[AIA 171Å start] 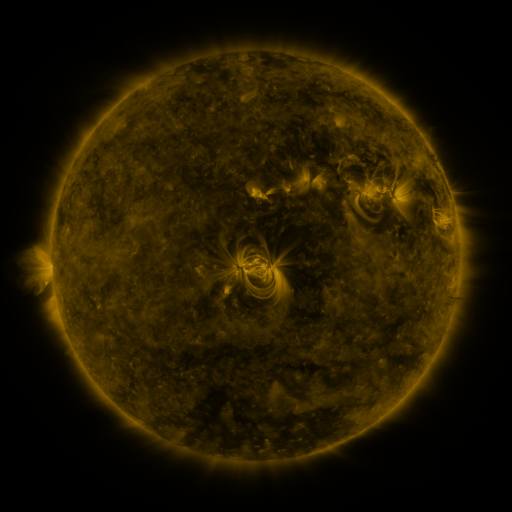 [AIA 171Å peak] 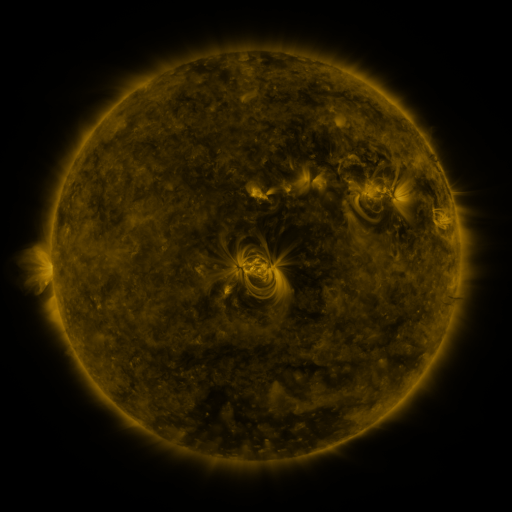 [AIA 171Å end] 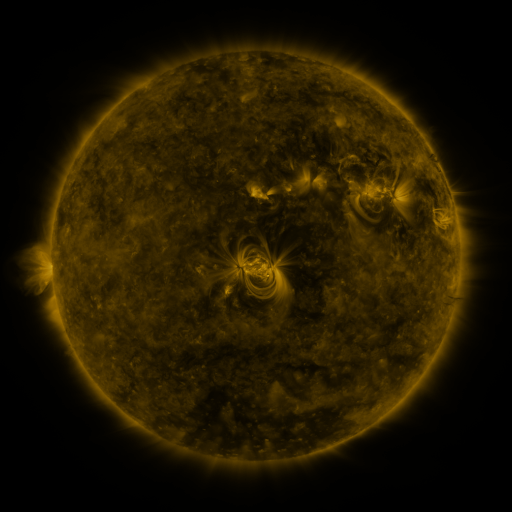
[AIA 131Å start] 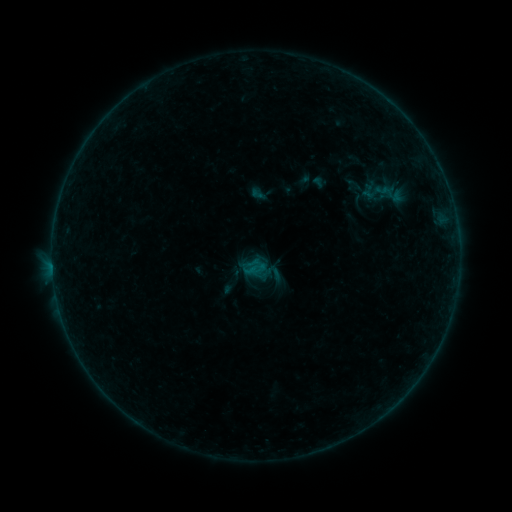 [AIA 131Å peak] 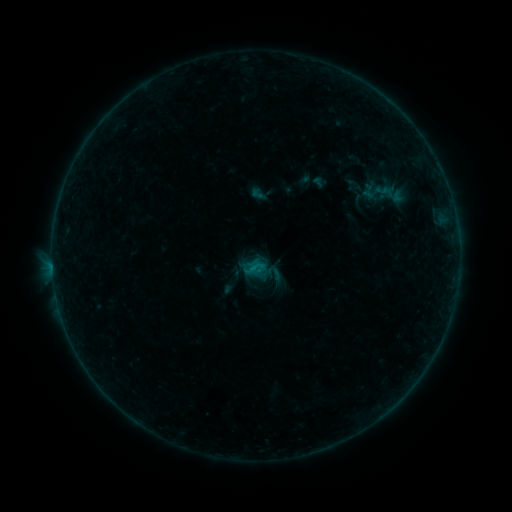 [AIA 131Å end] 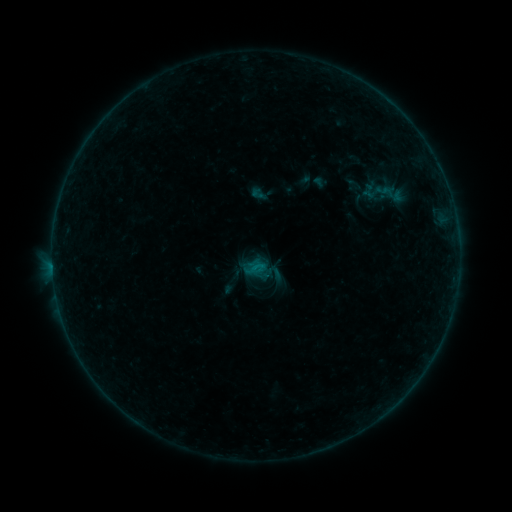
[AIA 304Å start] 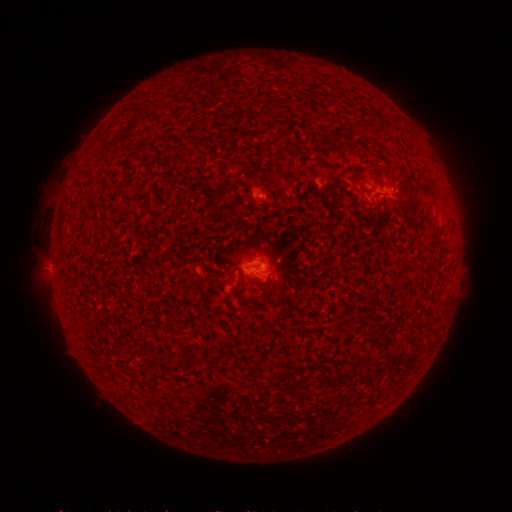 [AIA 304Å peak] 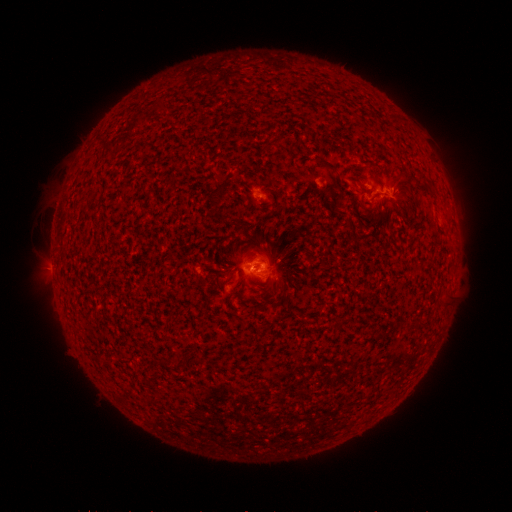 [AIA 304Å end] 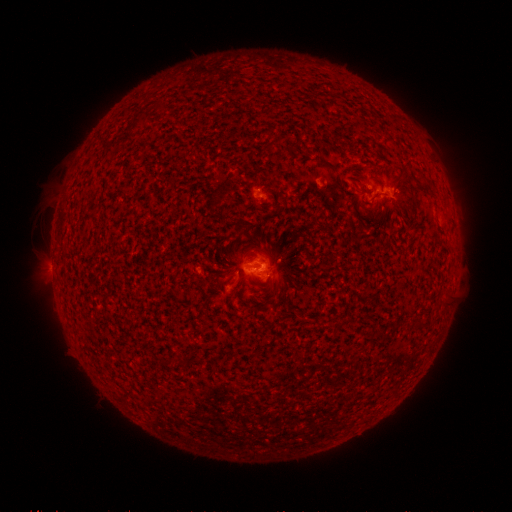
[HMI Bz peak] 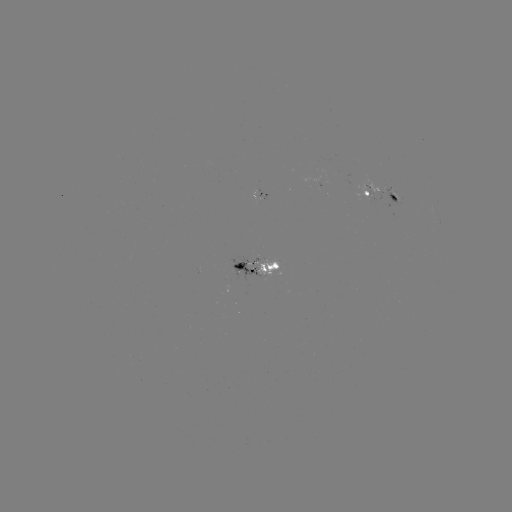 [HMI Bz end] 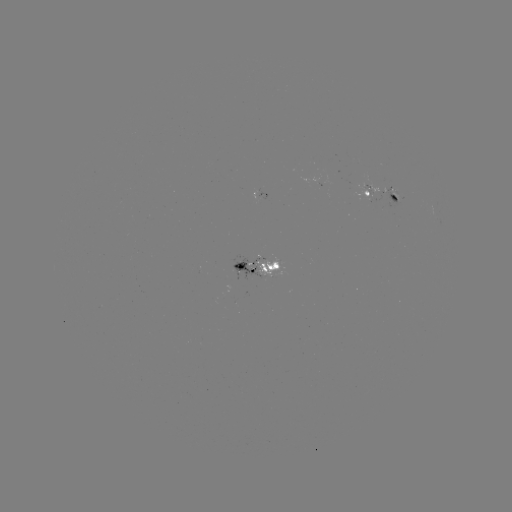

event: flare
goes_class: B5.1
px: (256, 264)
